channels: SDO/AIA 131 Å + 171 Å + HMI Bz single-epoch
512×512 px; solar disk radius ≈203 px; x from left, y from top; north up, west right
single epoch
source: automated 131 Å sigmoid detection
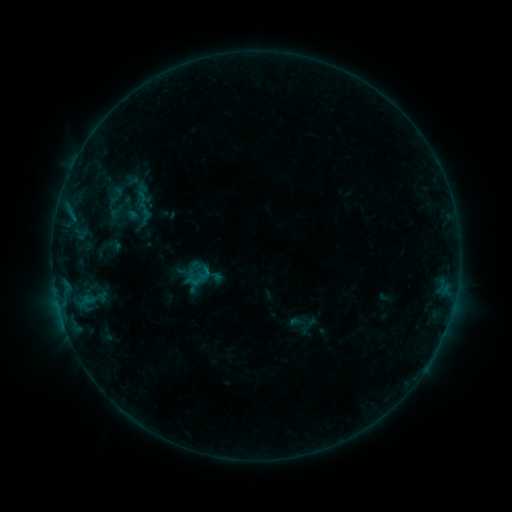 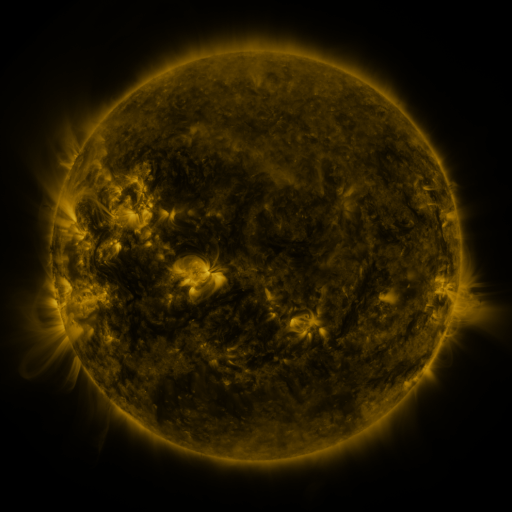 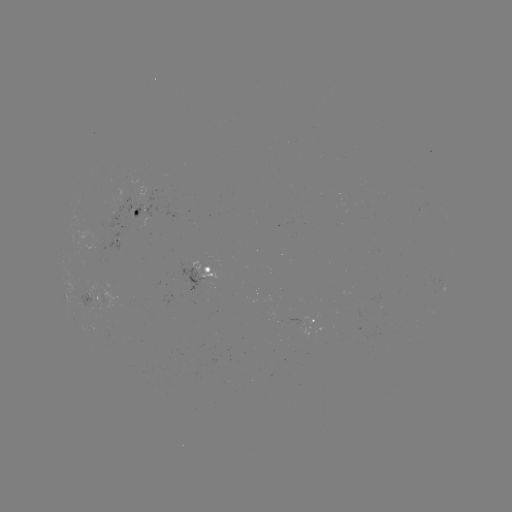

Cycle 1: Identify sigmoid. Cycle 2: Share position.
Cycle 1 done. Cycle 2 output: [143, 194].